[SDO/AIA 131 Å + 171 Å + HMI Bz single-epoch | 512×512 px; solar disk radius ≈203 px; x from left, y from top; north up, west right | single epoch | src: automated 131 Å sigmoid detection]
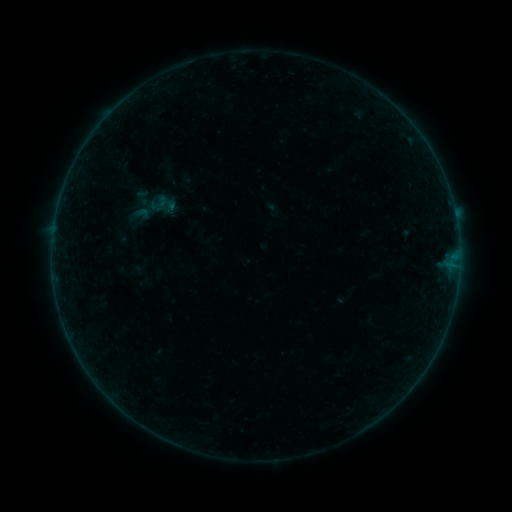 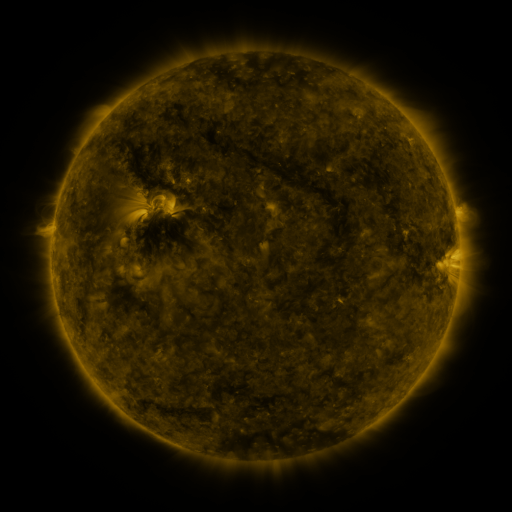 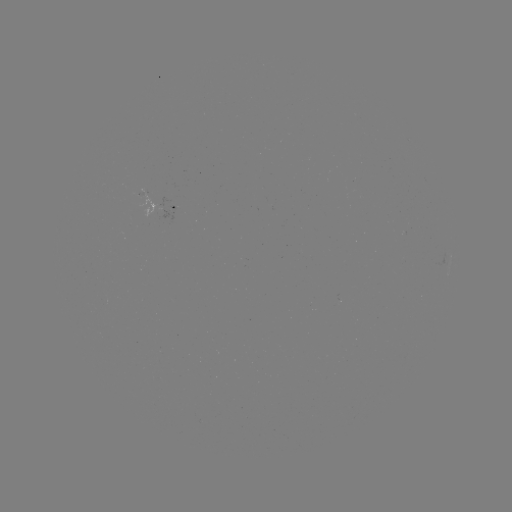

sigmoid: <bbox>123, 177, 185, 240</bbox>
